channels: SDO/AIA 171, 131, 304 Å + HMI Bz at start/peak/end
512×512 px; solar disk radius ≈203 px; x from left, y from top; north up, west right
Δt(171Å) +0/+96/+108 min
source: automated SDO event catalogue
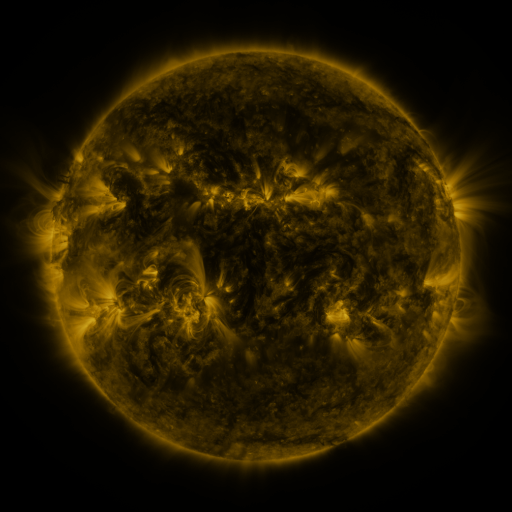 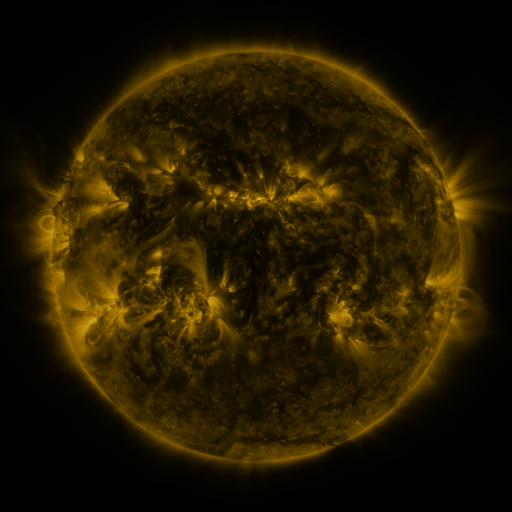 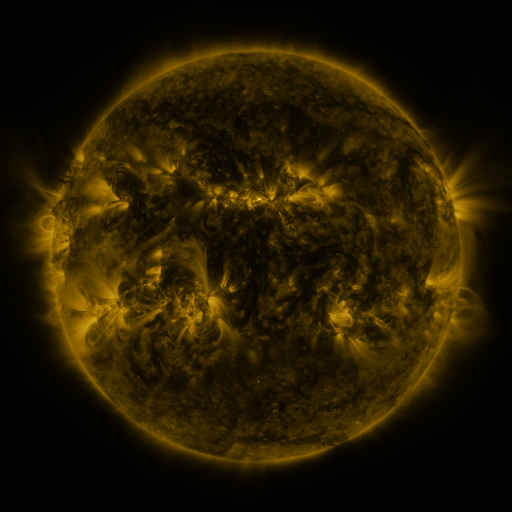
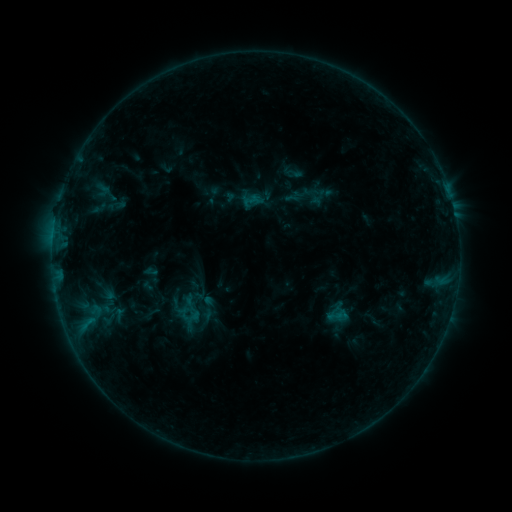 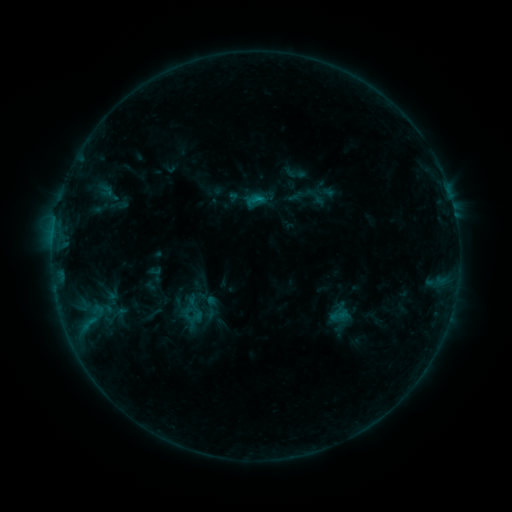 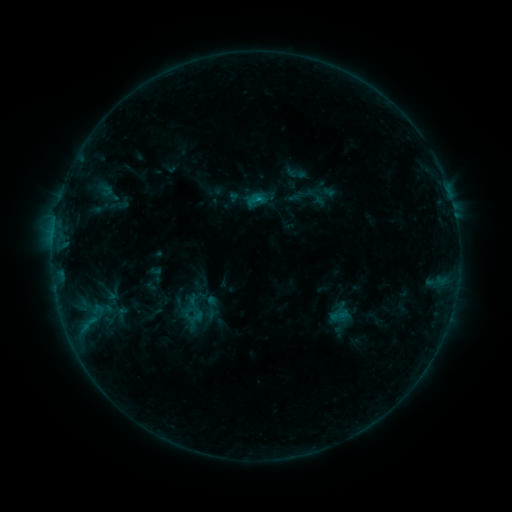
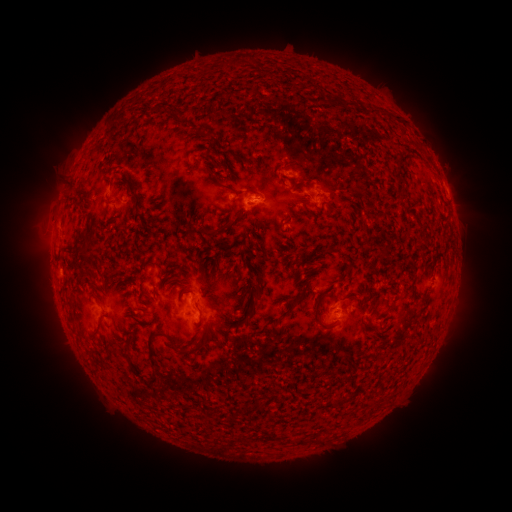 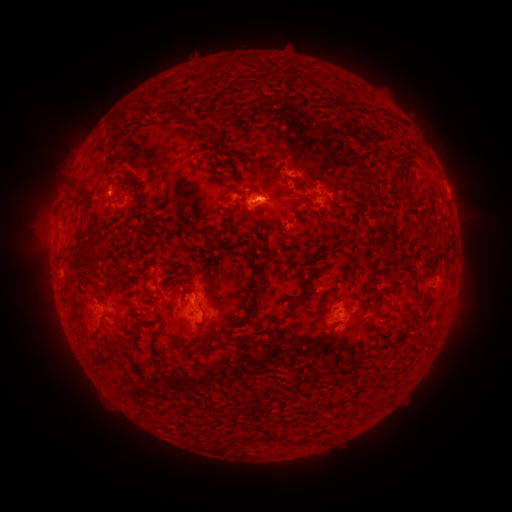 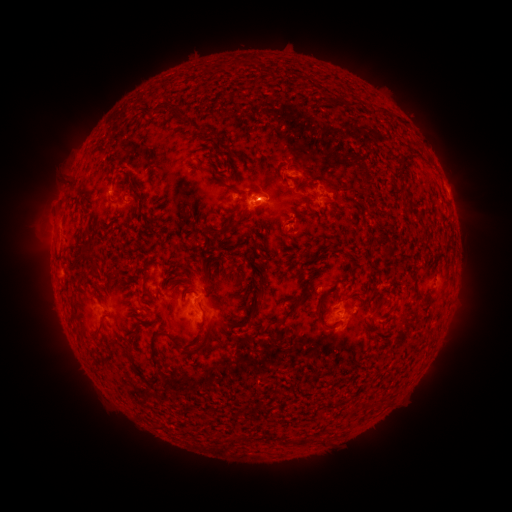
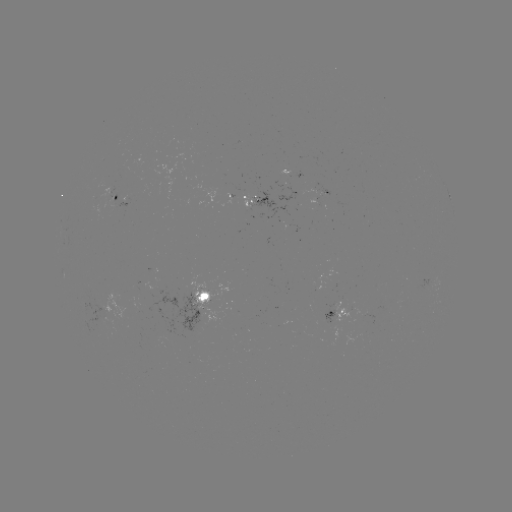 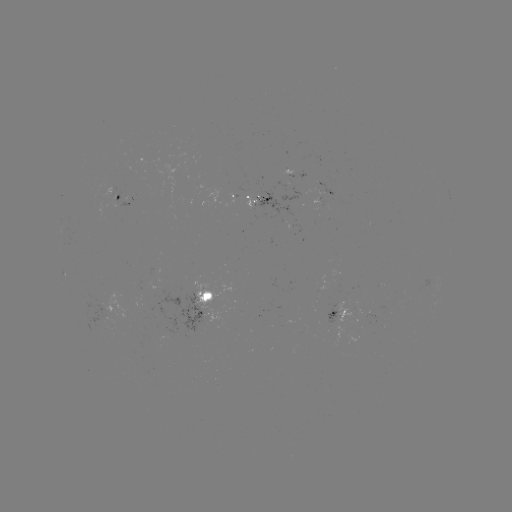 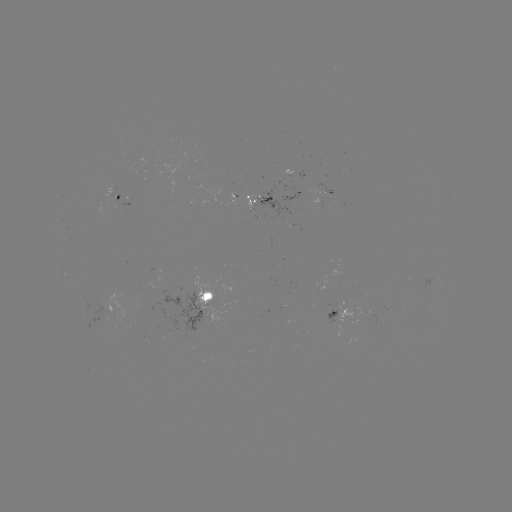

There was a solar emerging-flux region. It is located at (264, 199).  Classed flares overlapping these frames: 1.